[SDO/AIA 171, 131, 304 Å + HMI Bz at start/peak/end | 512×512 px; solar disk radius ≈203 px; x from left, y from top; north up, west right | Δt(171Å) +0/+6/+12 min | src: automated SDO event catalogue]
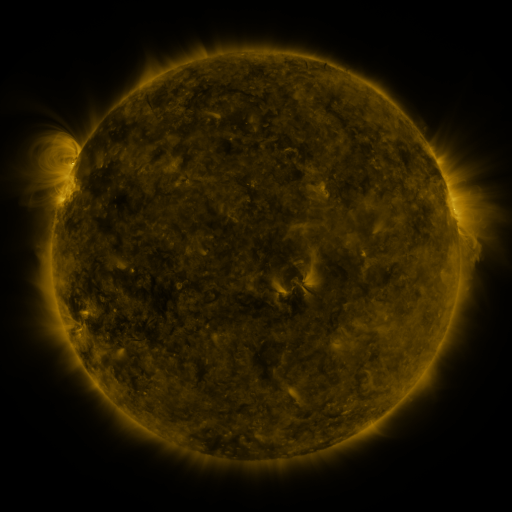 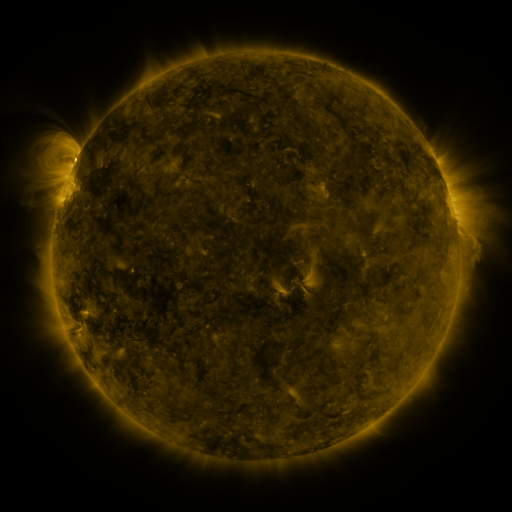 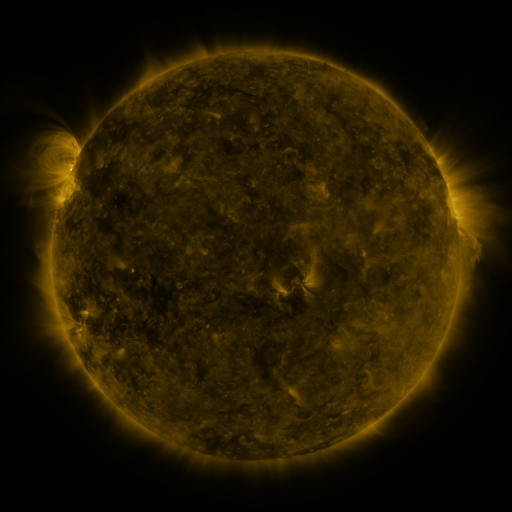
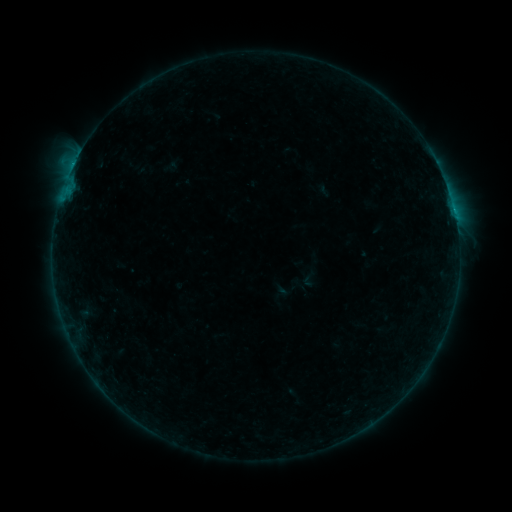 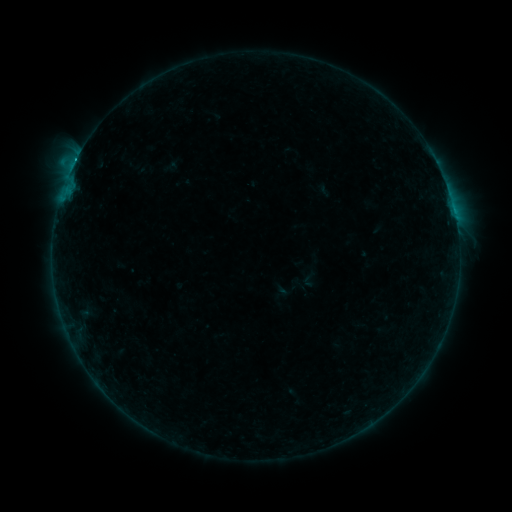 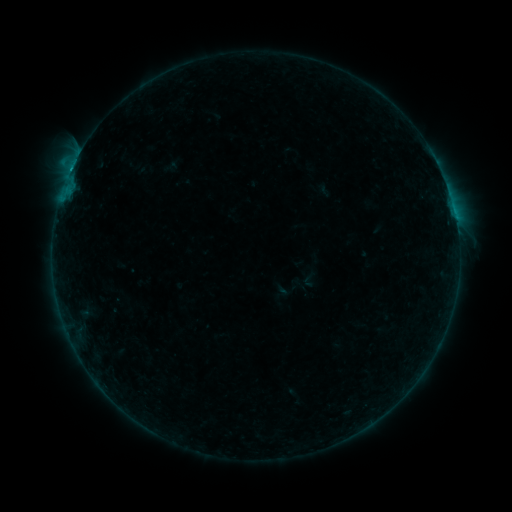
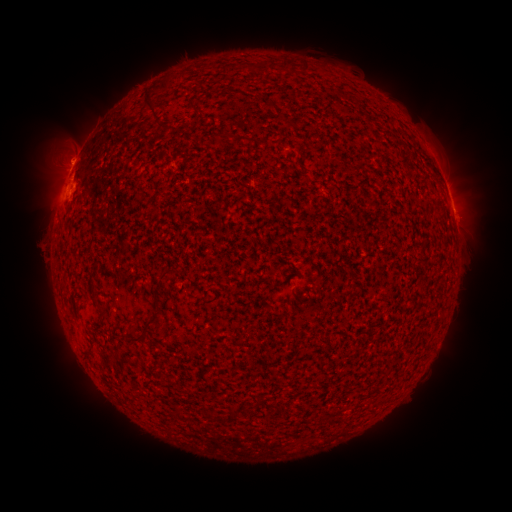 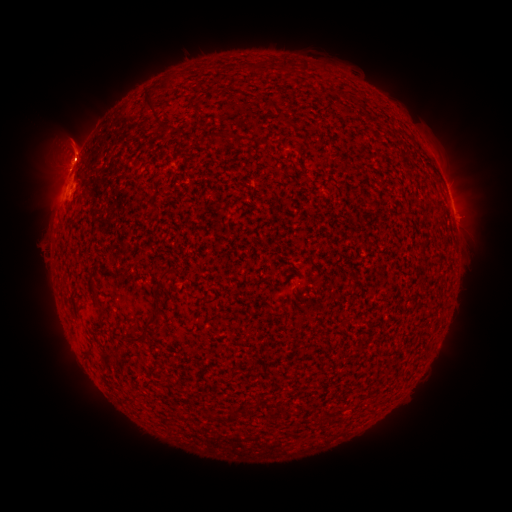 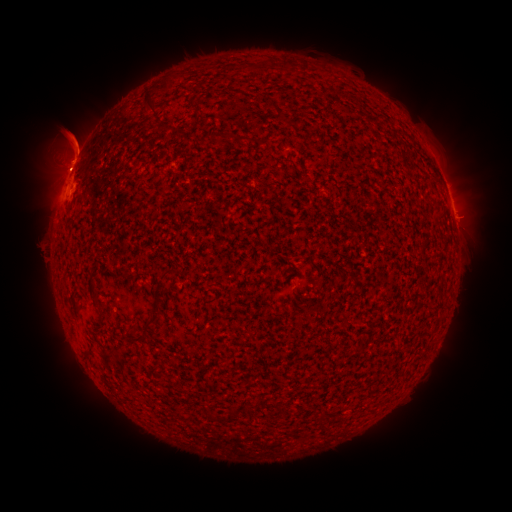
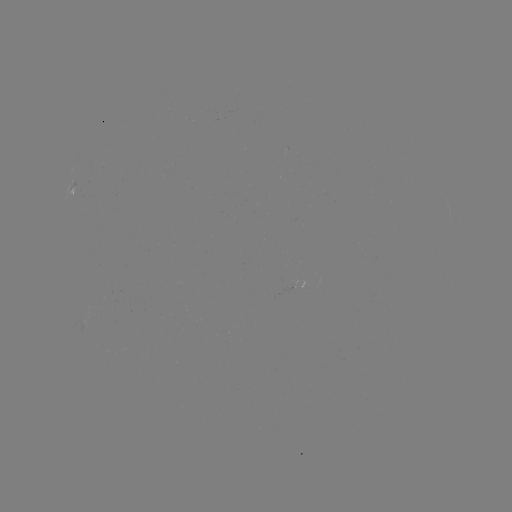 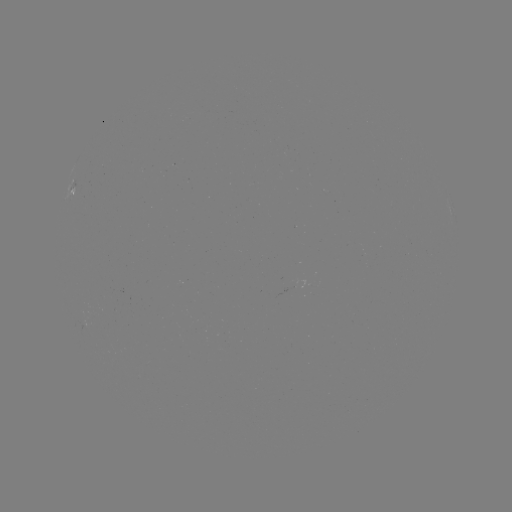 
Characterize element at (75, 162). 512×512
C1.6 flare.